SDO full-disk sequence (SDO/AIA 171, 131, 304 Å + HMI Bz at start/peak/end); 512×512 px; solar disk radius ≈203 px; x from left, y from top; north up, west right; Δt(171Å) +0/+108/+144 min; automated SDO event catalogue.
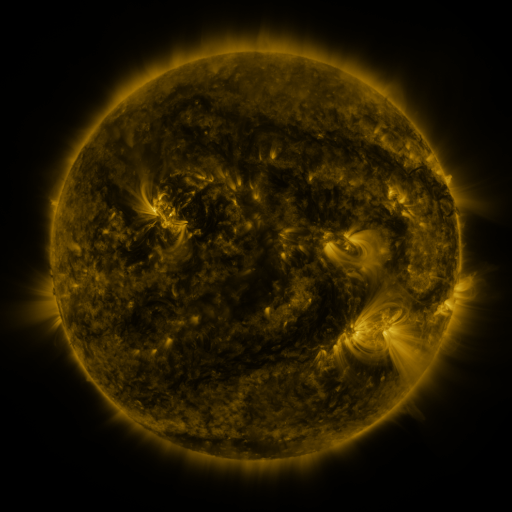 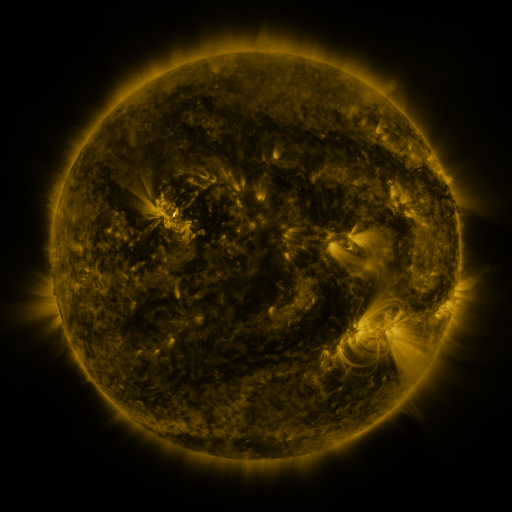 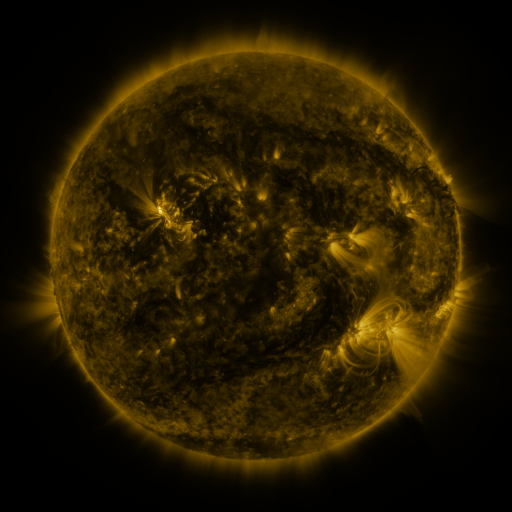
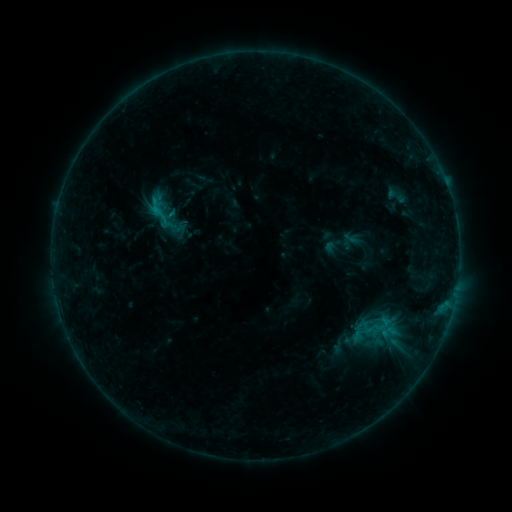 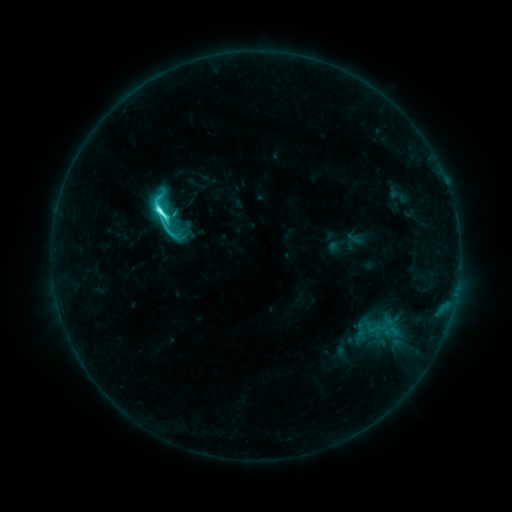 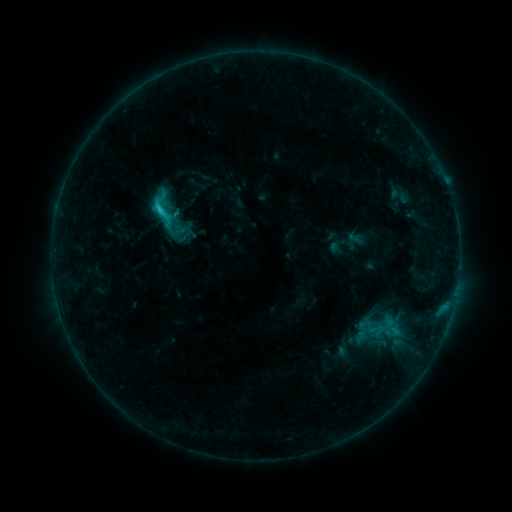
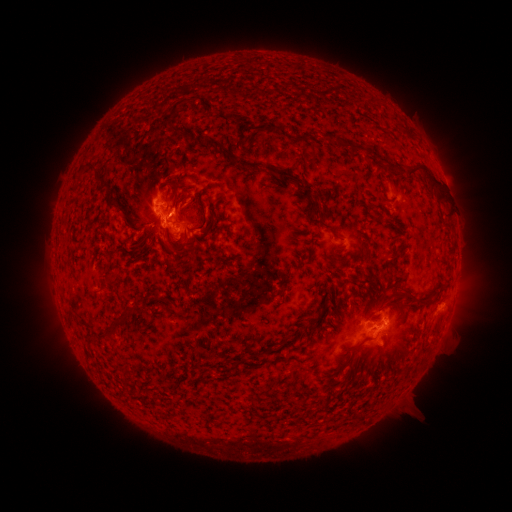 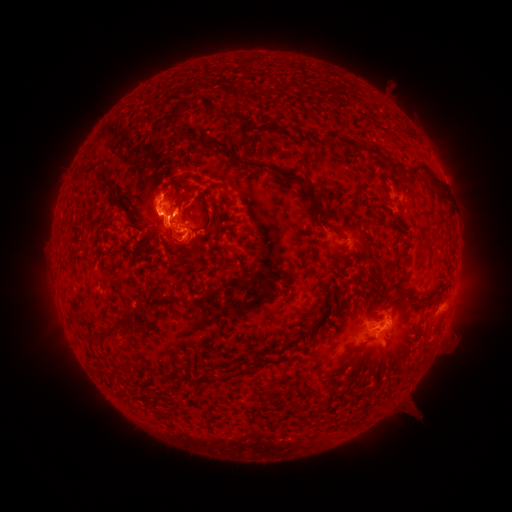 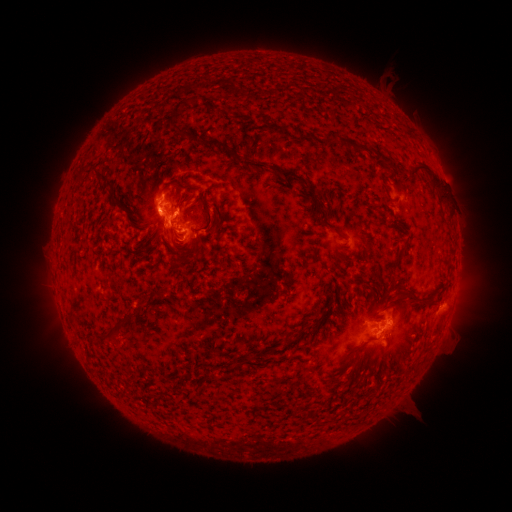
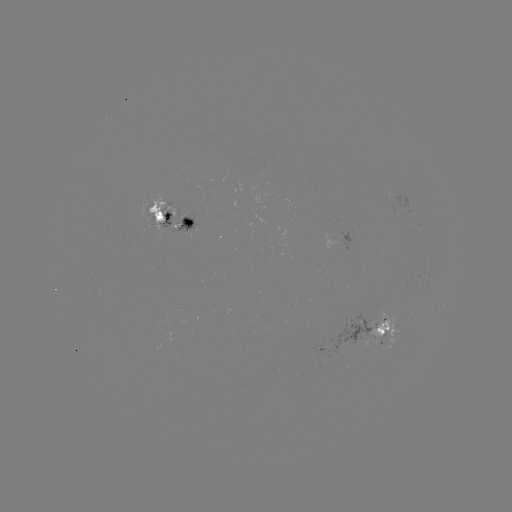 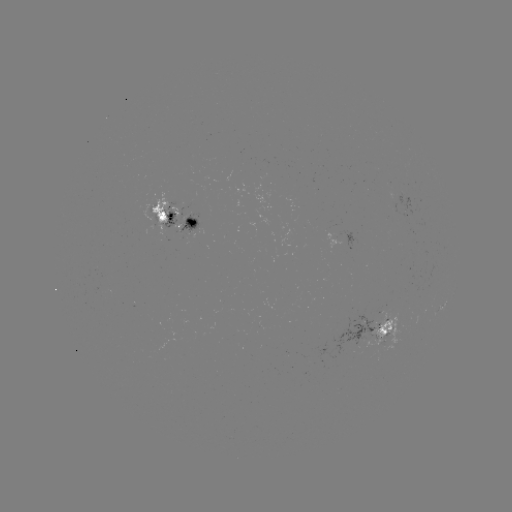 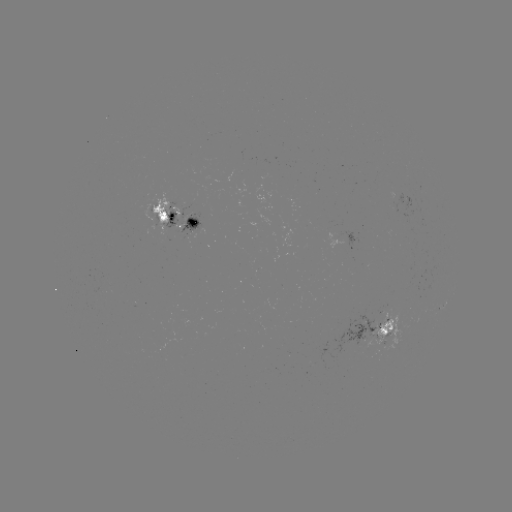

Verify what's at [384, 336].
emerging-flux region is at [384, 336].